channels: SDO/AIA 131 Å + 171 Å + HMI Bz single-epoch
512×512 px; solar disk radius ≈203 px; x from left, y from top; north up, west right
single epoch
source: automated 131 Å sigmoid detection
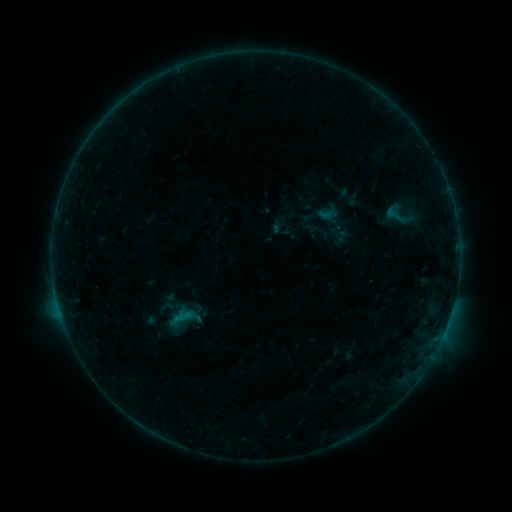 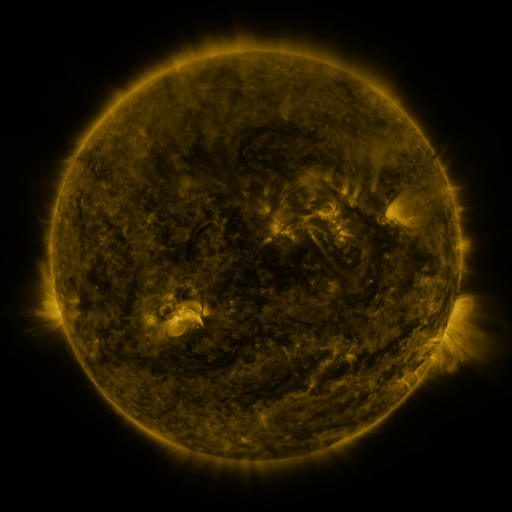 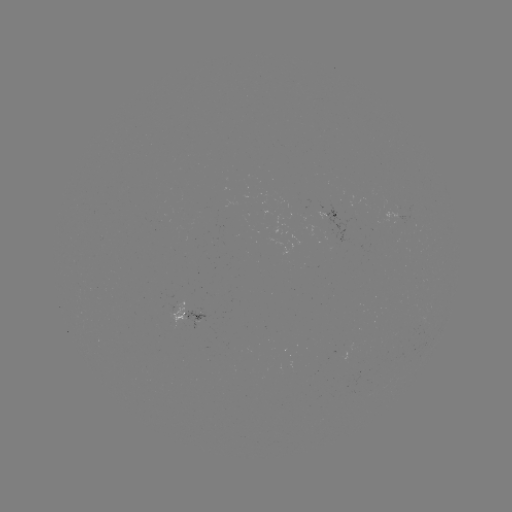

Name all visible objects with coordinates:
sigmoid: (378, 200, 414, 227)
